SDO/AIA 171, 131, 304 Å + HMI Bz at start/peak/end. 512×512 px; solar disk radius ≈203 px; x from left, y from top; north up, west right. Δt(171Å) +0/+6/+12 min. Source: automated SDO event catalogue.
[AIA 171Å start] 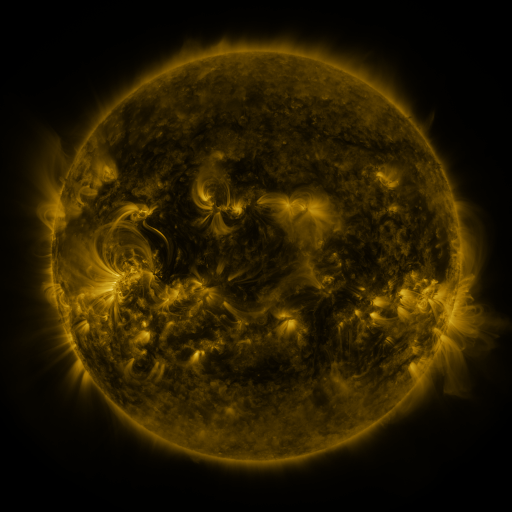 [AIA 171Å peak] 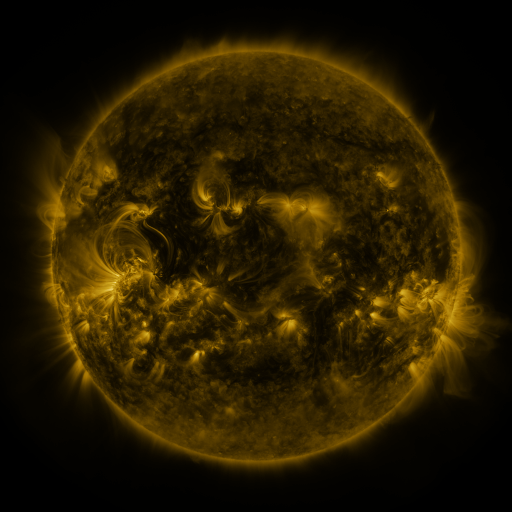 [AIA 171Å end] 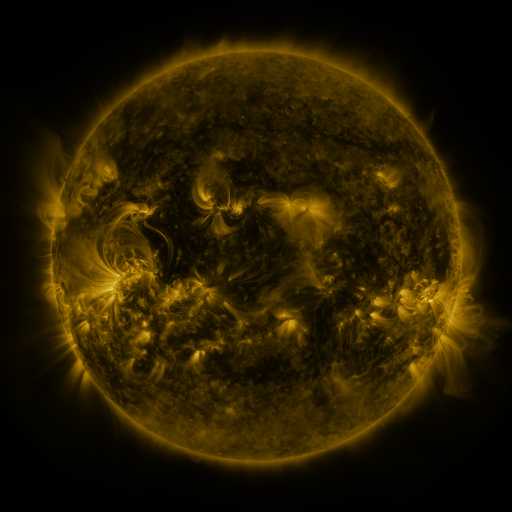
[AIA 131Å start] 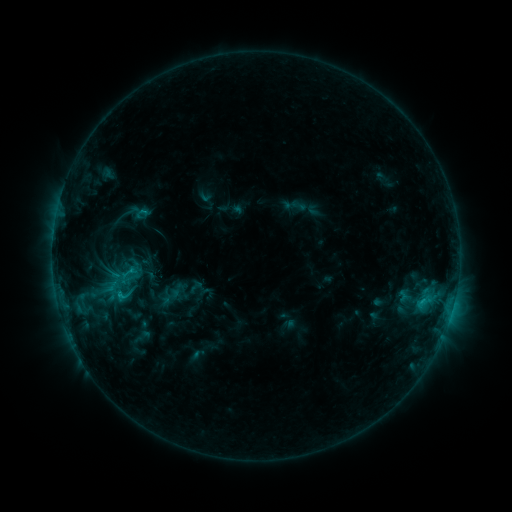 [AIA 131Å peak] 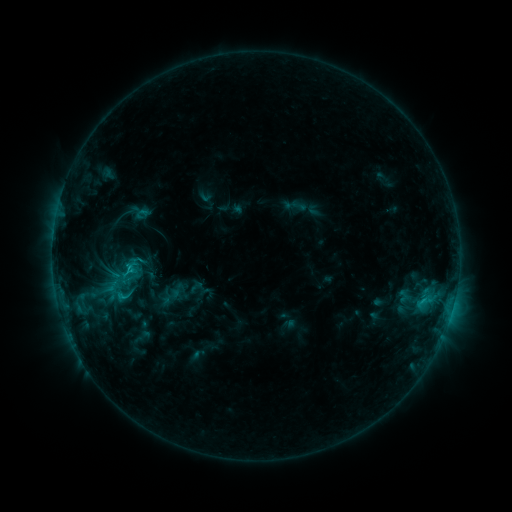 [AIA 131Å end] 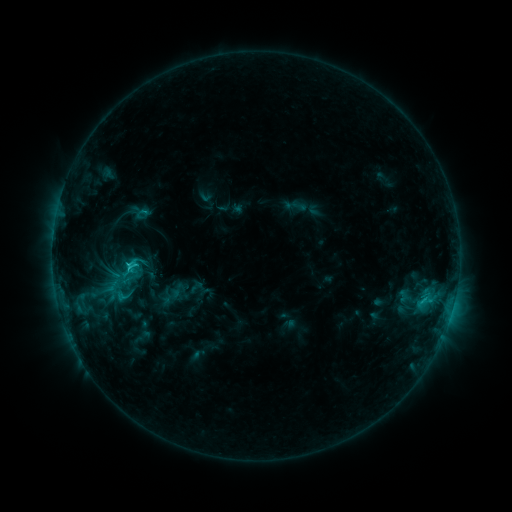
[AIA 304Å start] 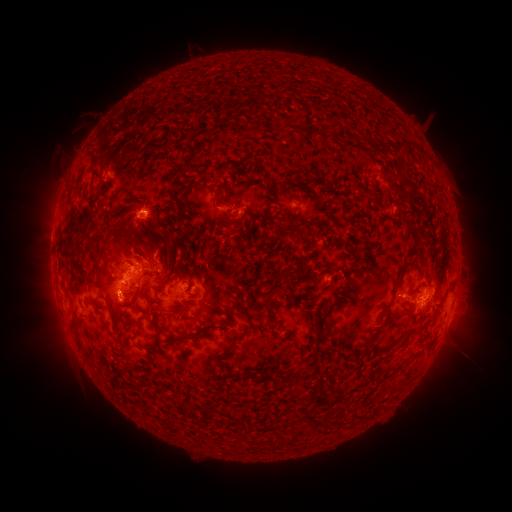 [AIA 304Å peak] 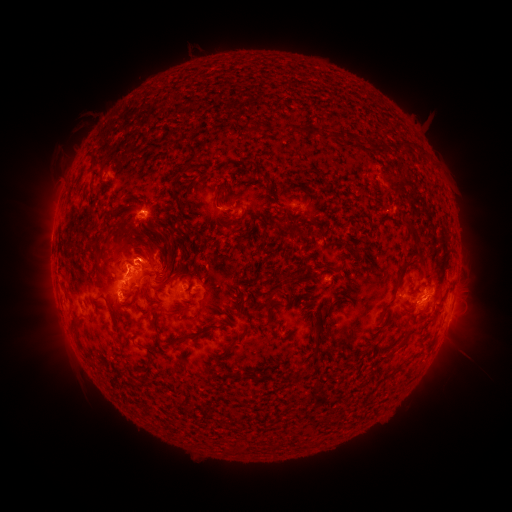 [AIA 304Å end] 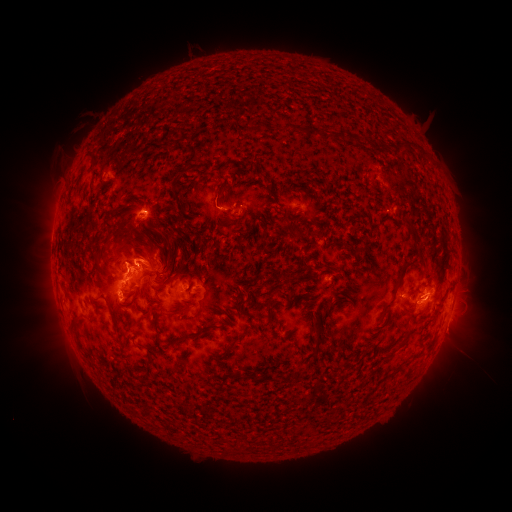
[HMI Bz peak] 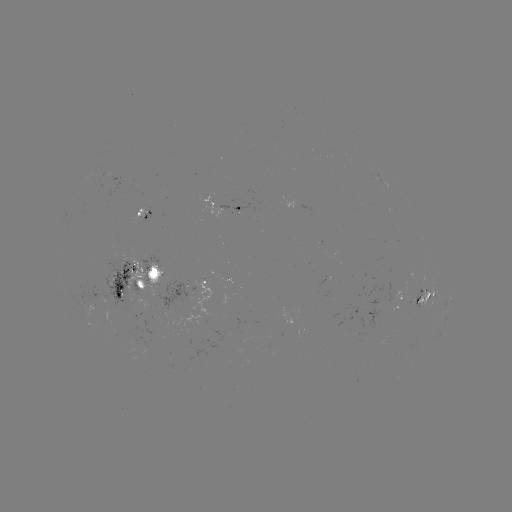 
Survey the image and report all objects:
eruption: (144, 249)
